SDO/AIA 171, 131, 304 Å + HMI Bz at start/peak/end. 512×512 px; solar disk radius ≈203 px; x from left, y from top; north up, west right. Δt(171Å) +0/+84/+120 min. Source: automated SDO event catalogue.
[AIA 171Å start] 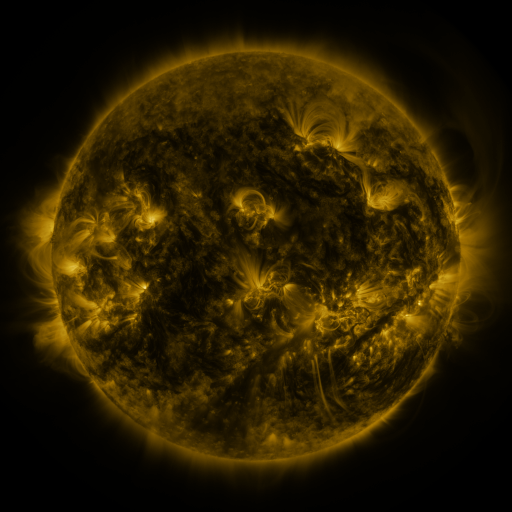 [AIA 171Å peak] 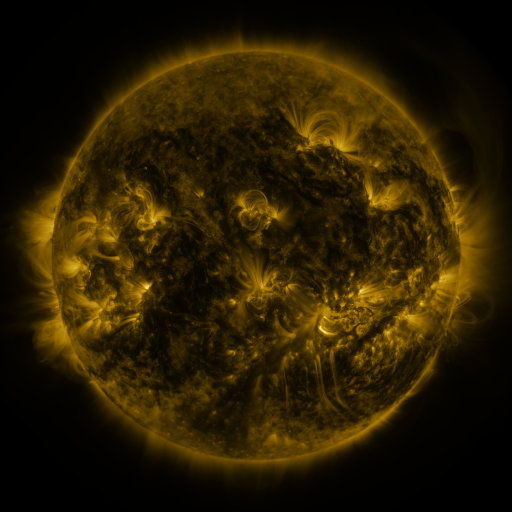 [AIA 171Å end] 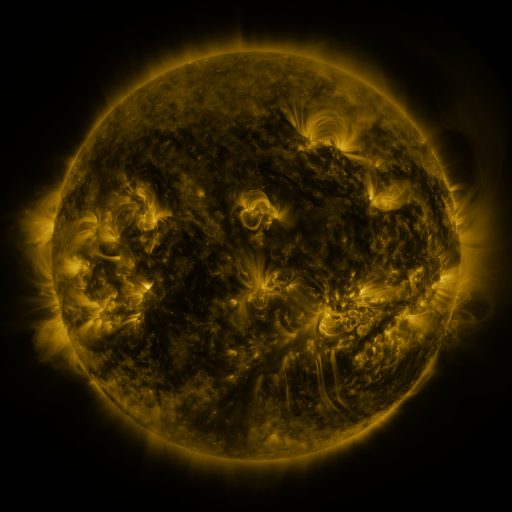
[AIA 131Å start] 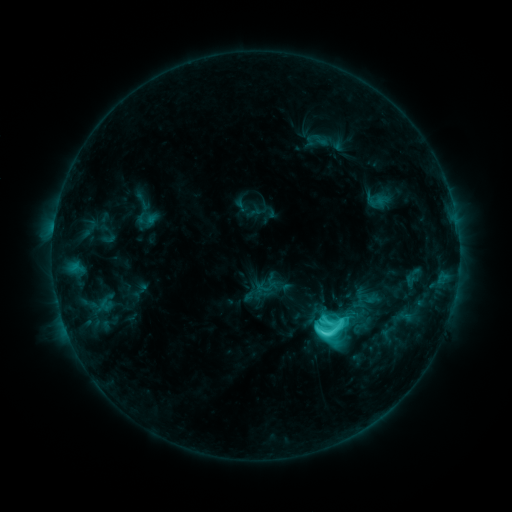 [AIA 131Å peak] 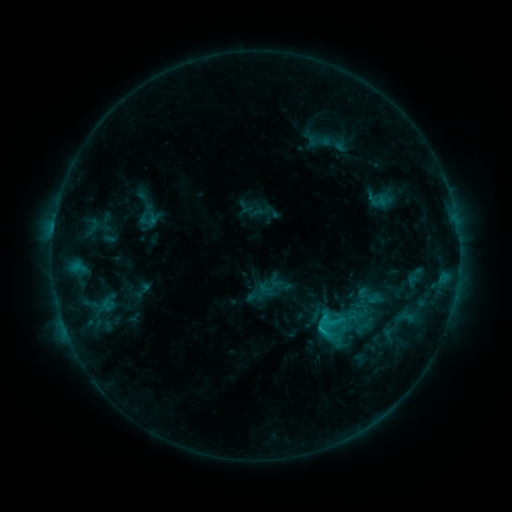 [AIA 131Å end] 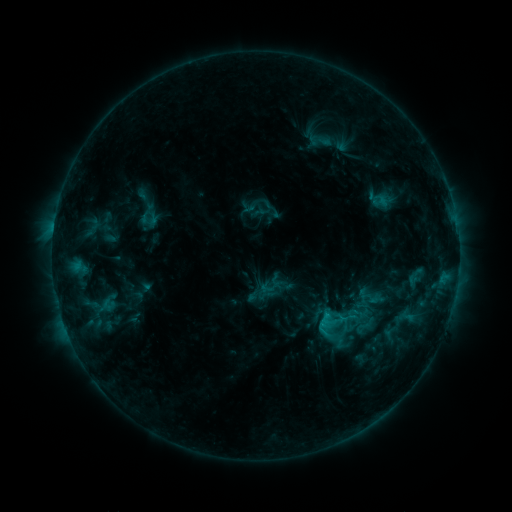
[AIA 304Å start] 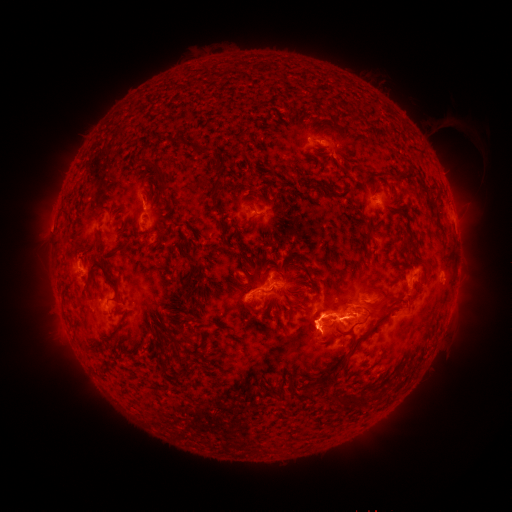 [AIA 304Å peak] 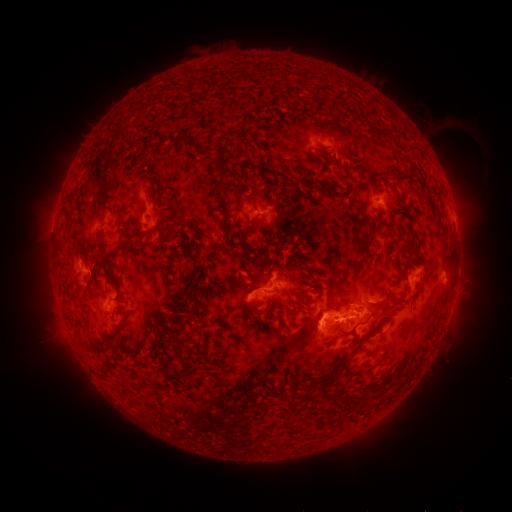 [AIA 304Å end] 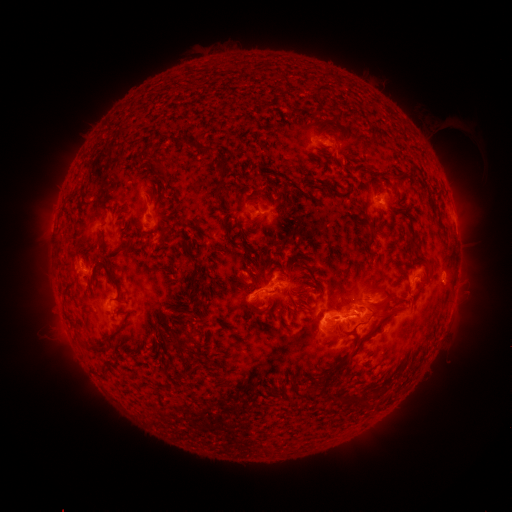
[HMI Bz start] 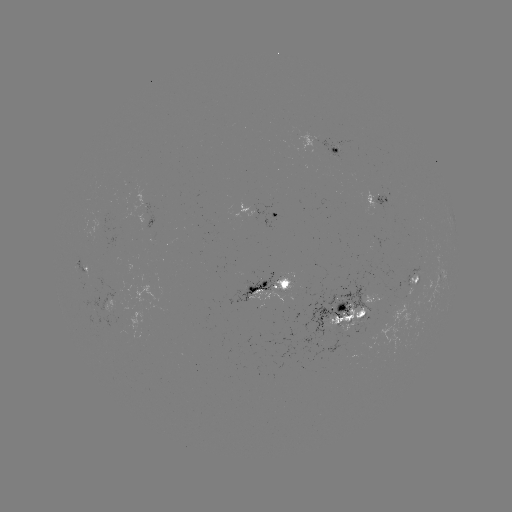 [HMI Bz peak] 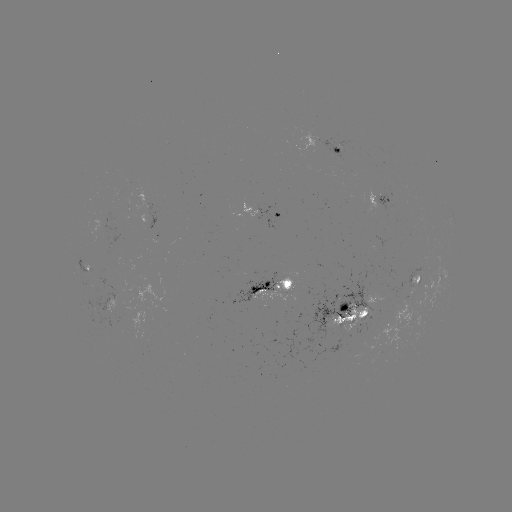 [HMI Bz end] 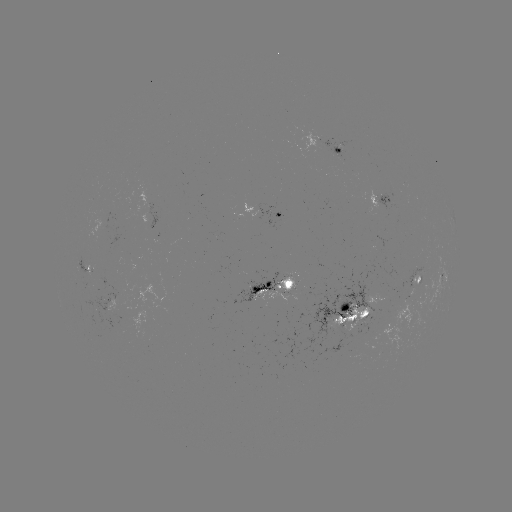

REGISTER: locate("emerging-flux region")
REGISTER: [342, 145]